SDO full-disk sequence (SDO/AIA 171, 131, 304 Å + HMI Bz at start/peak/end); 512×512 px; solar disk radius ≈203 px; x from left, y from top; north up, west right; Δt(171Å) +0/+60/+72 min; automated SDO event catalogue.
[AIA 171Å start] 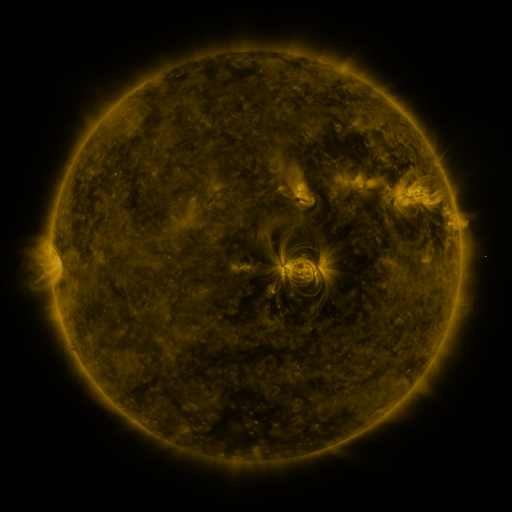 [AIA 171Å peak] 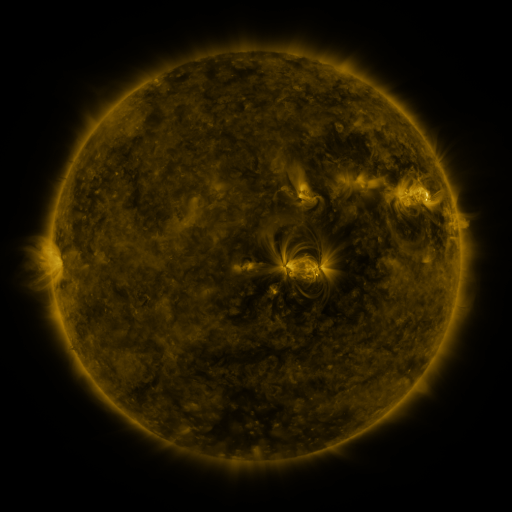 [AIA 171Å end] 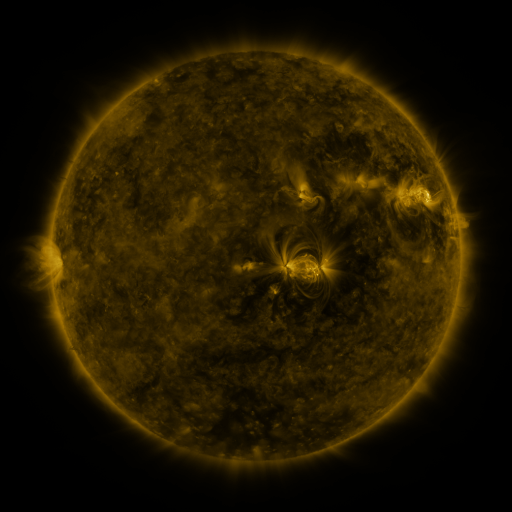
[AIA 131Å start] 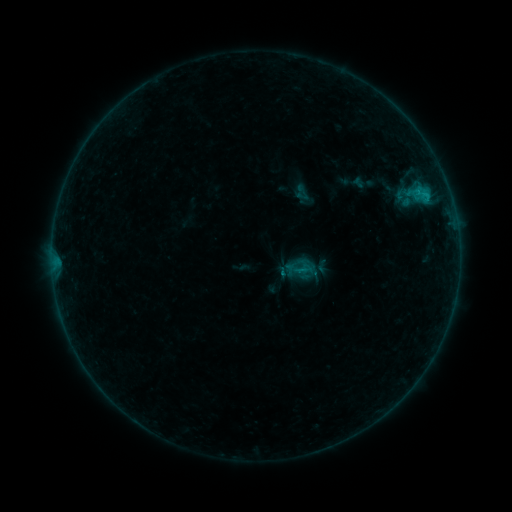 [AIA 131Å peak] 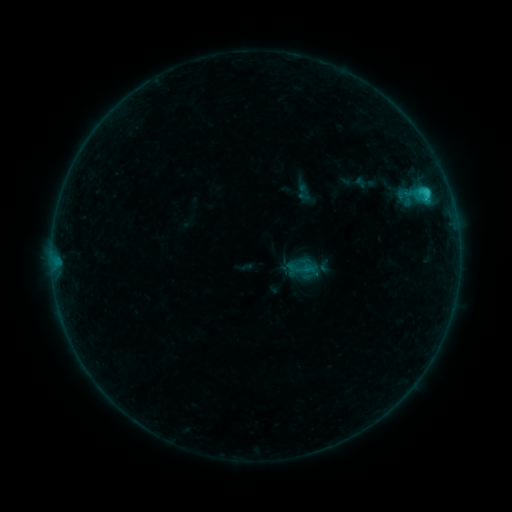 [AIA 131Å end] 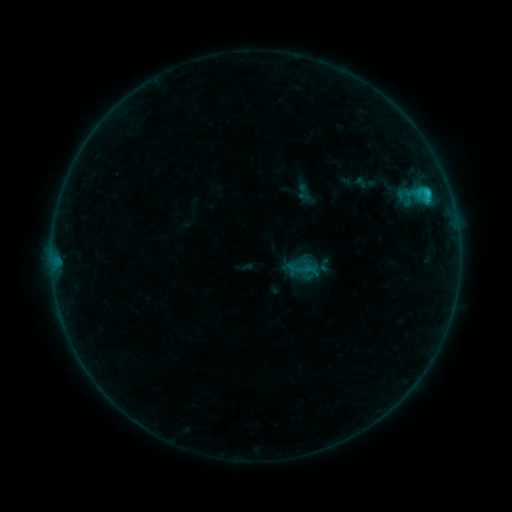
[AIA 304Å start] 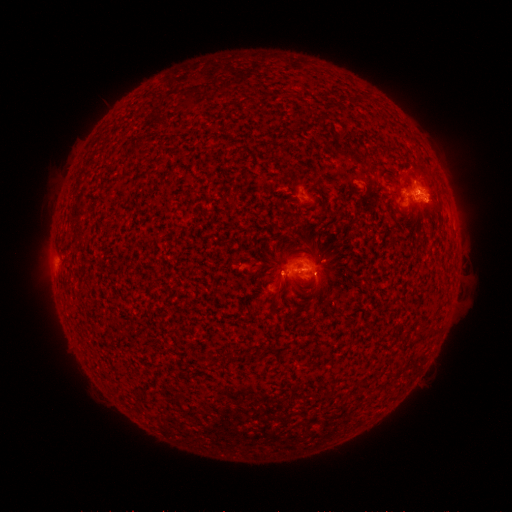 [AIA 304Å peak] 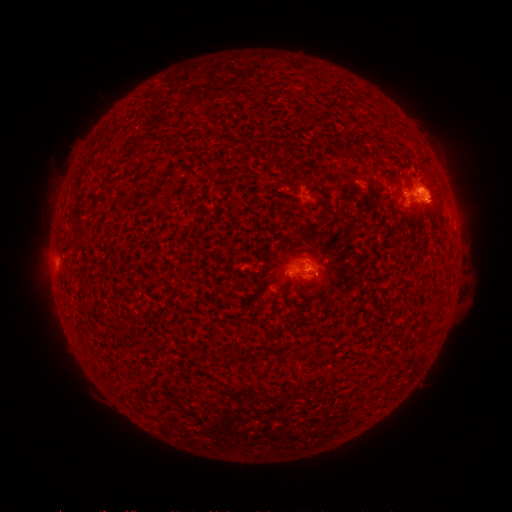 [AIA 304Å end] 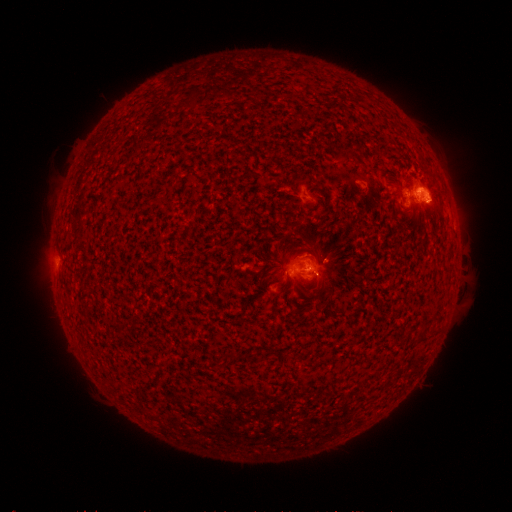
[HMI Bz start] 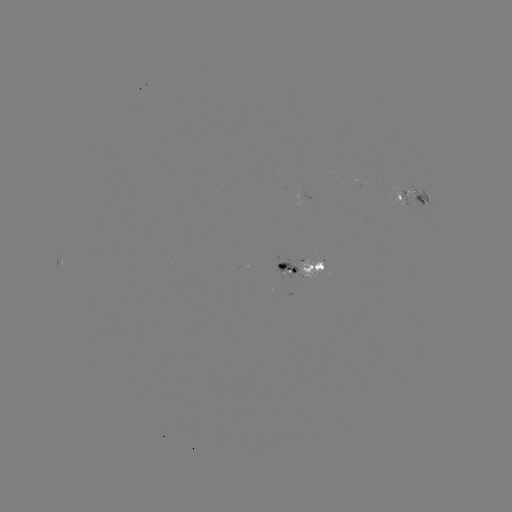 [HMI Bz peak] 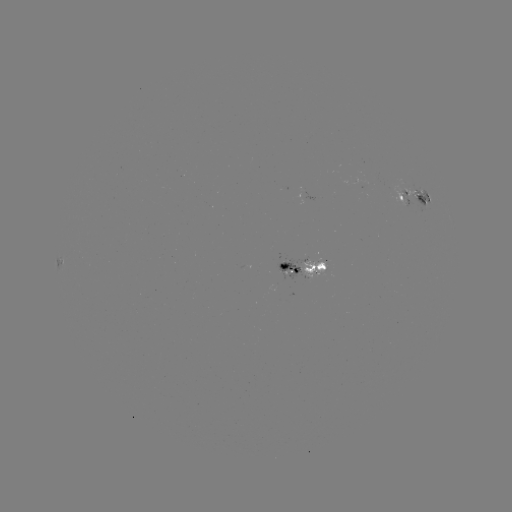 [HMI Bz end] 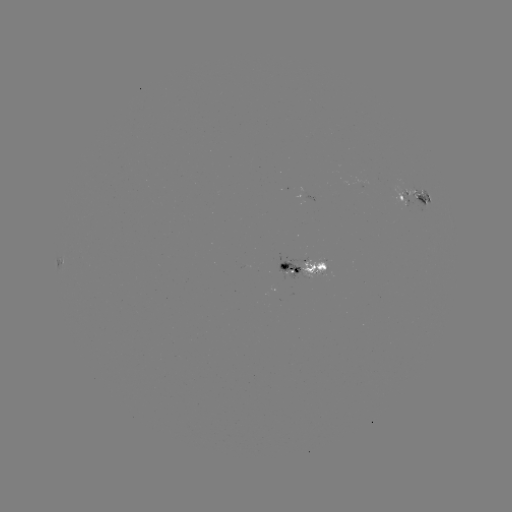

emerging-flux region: (300, 258, 326, 279)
